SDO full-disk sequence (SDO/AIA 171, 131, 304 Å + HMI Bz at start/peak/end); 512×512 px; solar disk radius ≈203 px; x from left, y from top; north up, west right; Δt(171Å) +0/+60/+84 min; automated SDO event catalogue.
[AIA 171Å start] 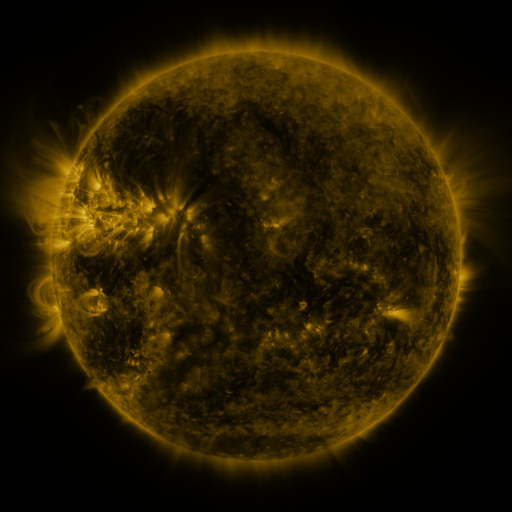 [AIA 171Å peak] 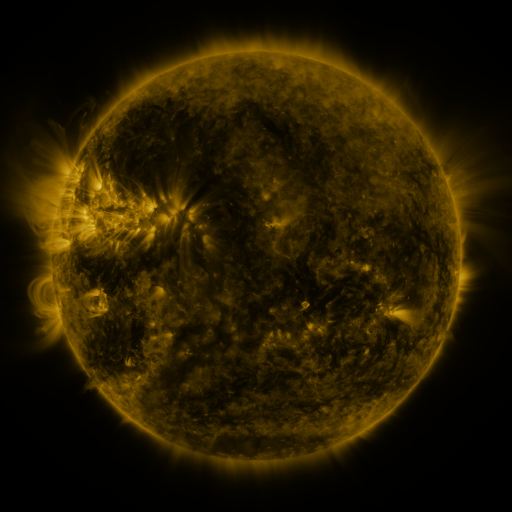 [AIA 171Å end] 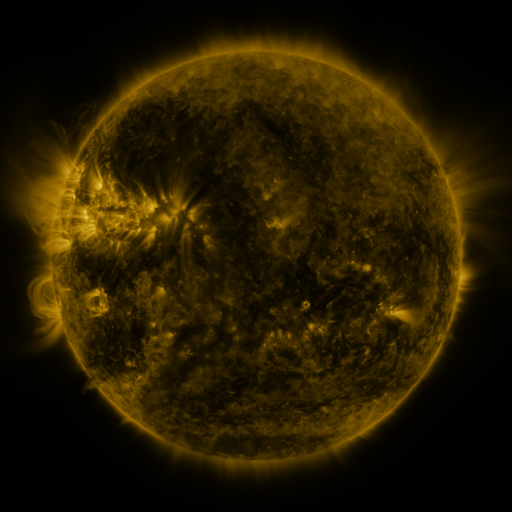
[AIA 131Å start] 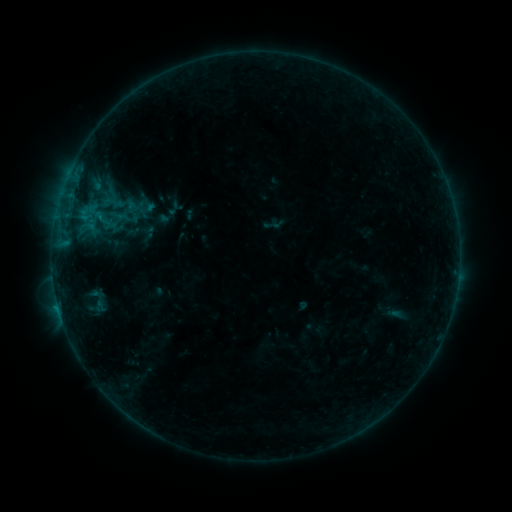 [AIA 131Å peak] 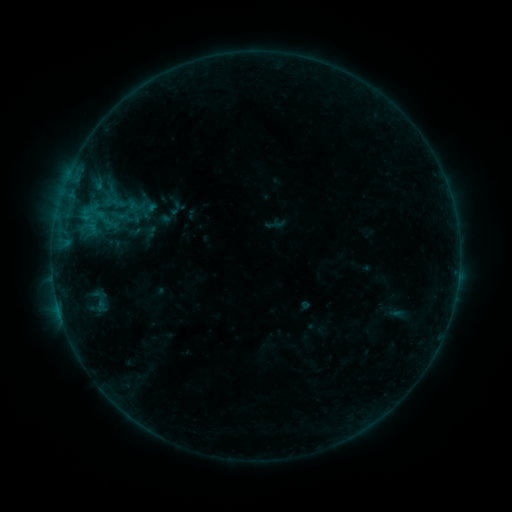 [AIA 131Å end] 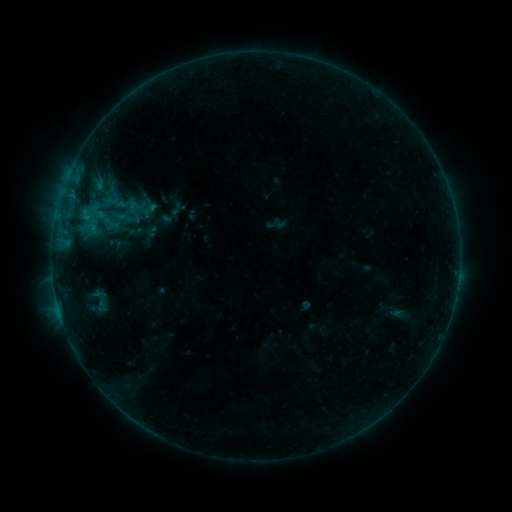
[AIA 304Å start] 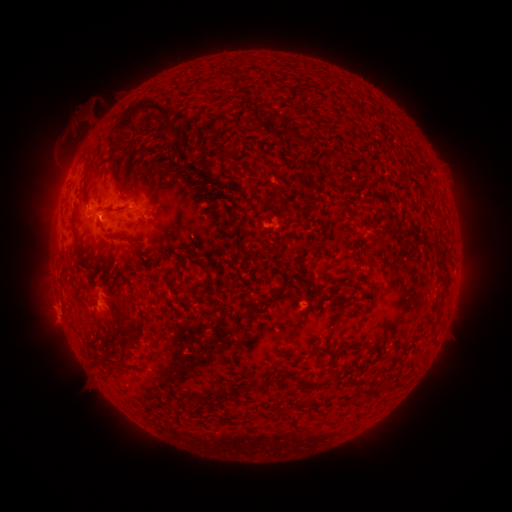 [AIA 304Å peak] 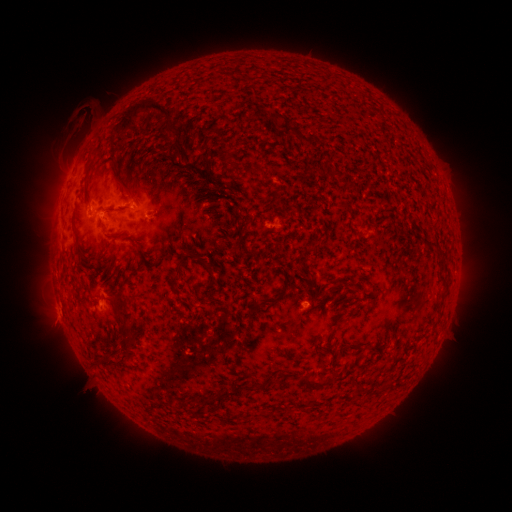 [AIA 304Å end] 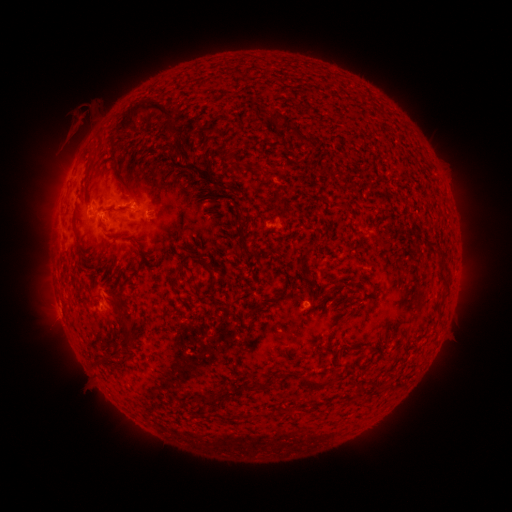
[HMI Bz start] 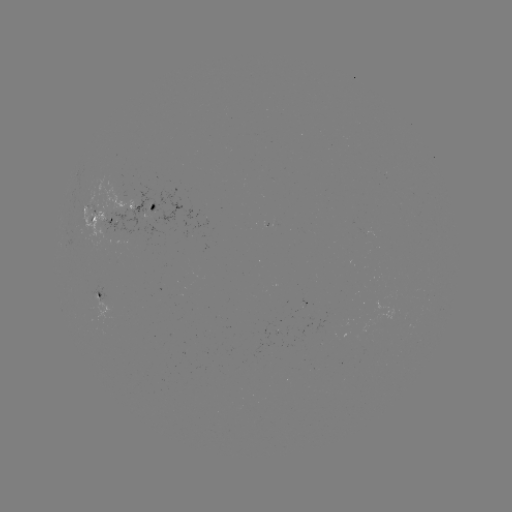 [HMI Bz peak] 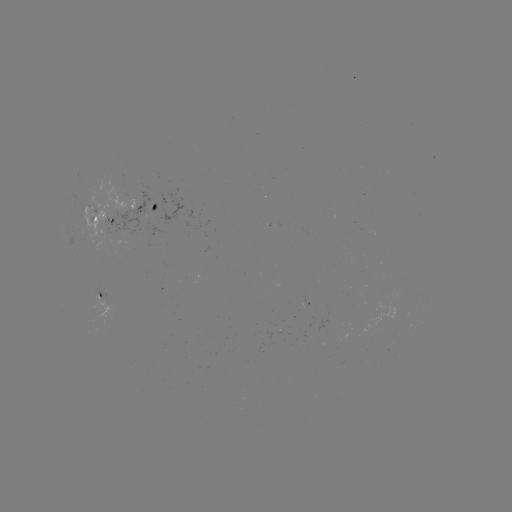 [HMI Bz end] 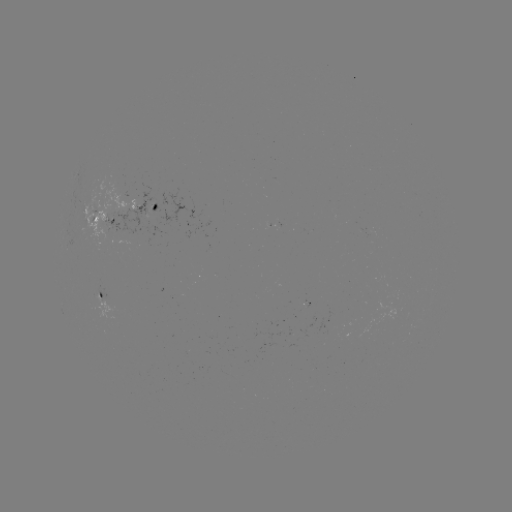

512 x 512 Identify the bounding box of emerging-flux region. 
[106, 178, 207, 243].